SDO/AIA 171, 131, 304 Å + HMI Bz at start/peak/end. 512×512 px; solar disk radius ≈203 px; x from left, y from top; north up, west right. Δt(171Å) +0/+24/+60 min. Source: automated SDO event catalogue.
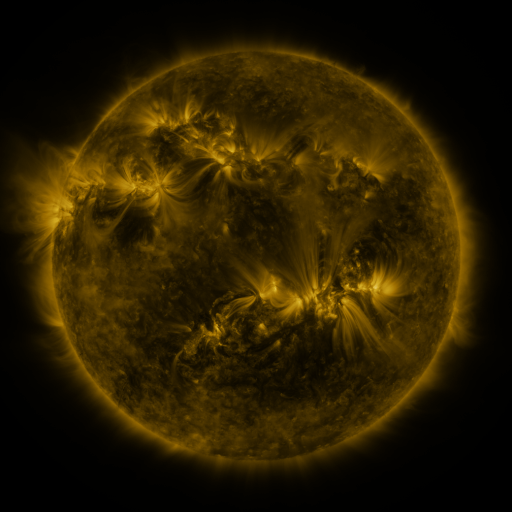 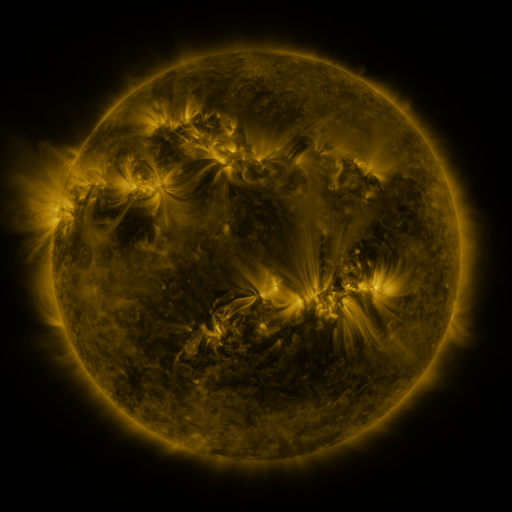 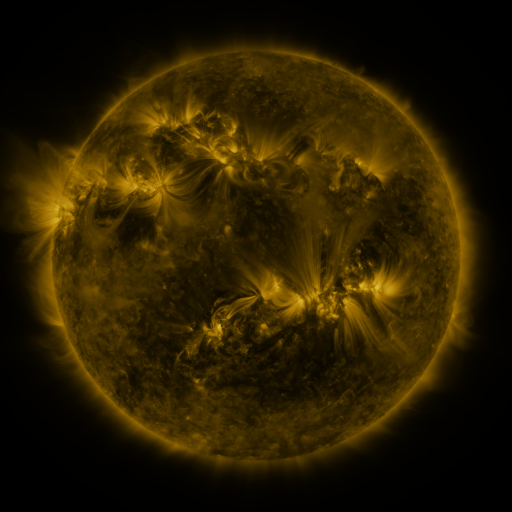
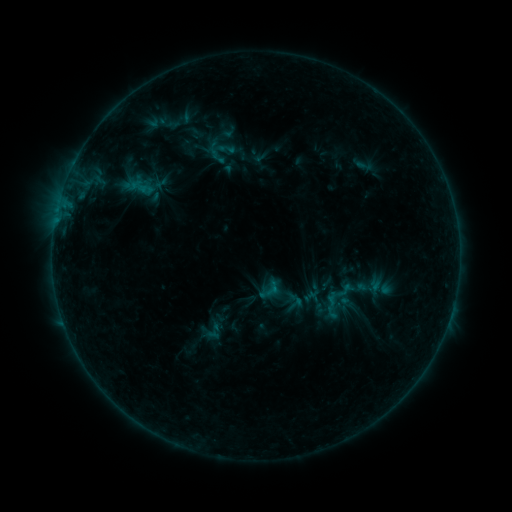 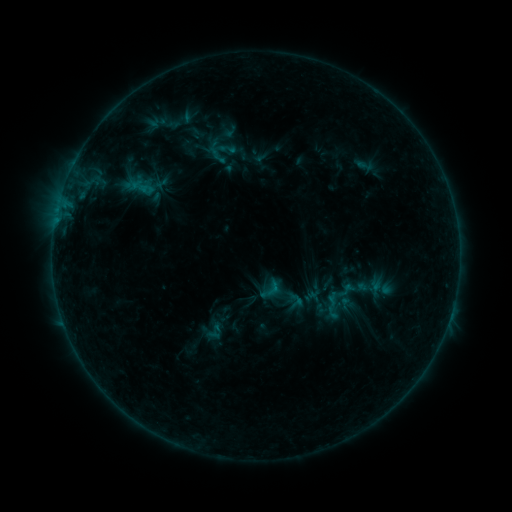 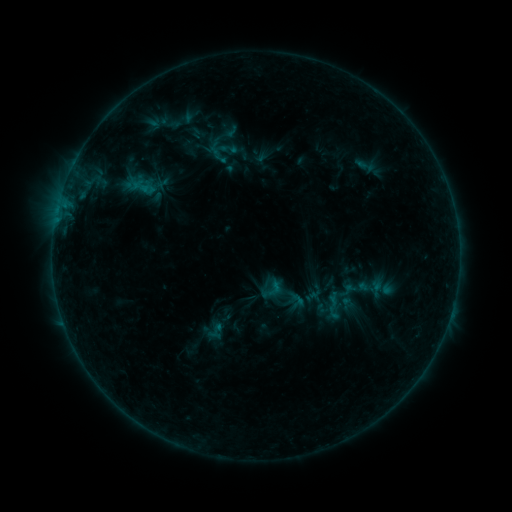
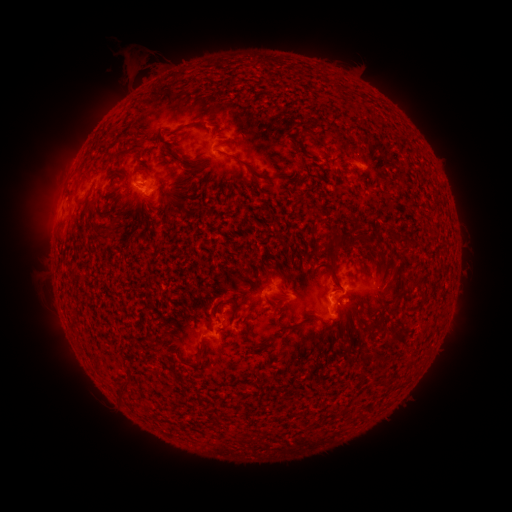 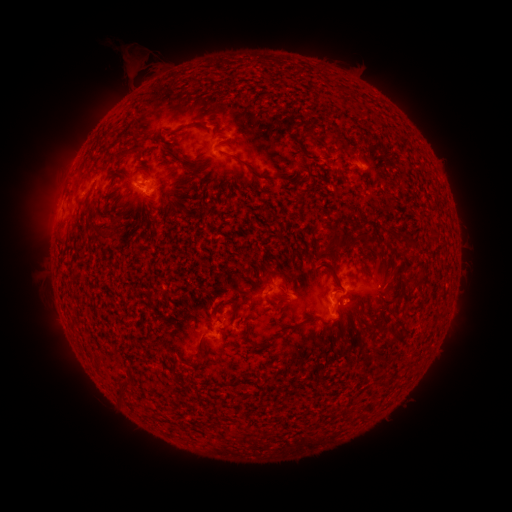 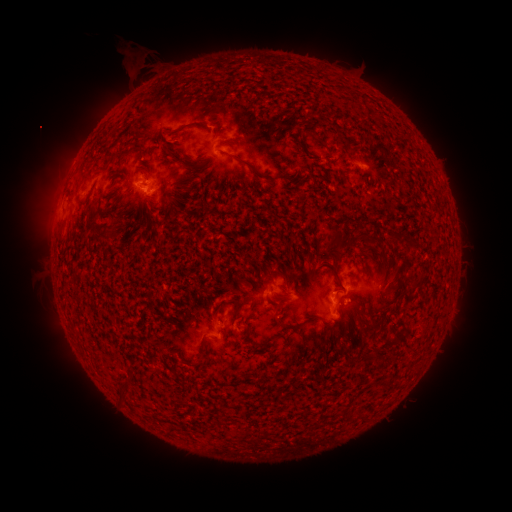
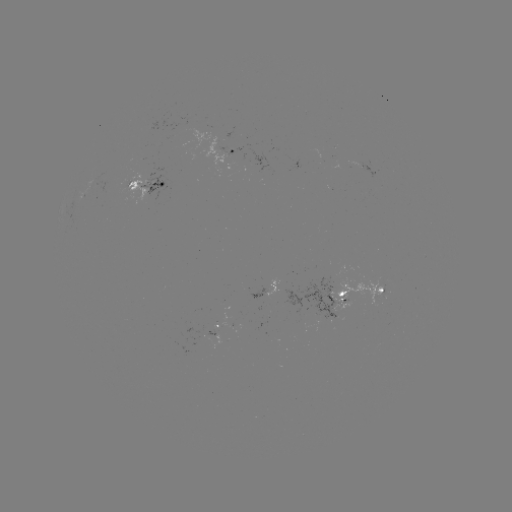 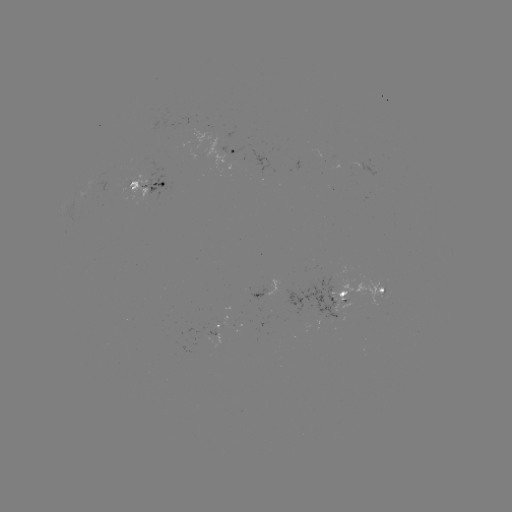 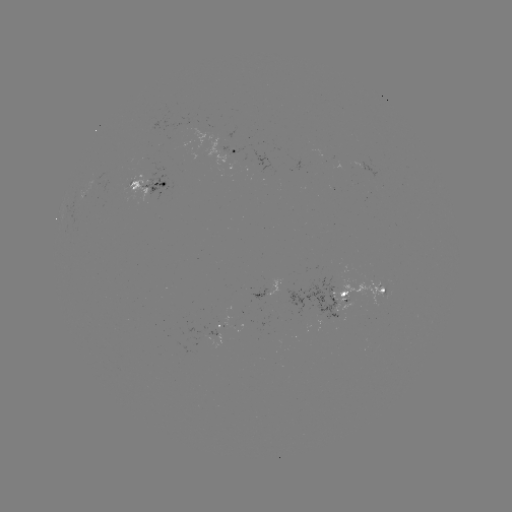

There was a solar emerging-flux region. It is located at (373, 290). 